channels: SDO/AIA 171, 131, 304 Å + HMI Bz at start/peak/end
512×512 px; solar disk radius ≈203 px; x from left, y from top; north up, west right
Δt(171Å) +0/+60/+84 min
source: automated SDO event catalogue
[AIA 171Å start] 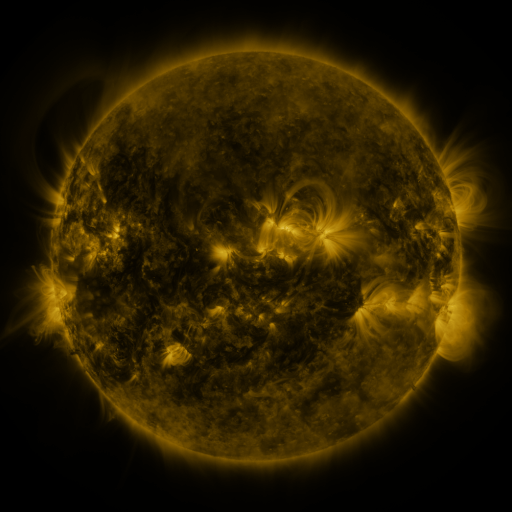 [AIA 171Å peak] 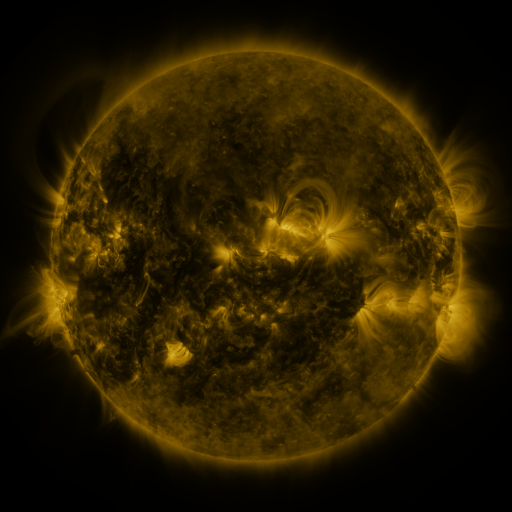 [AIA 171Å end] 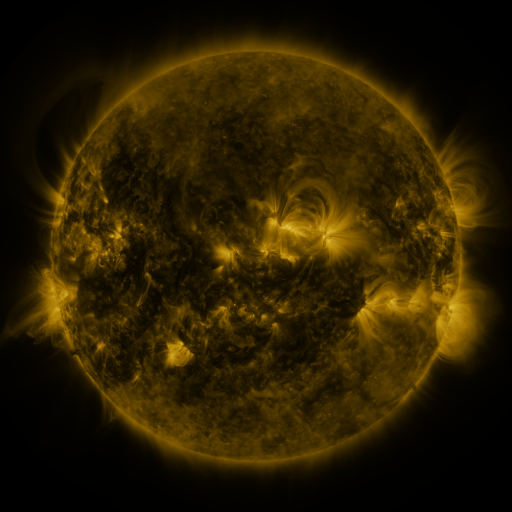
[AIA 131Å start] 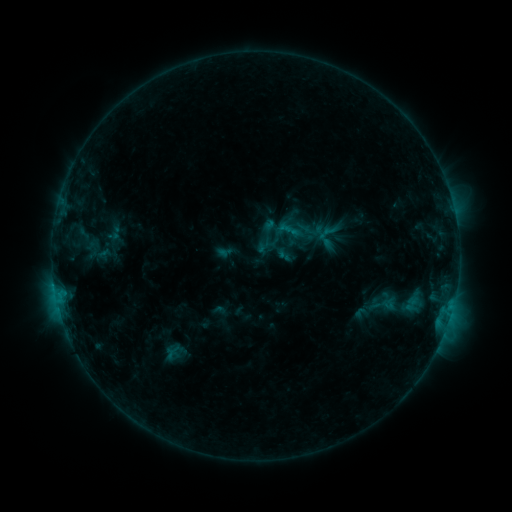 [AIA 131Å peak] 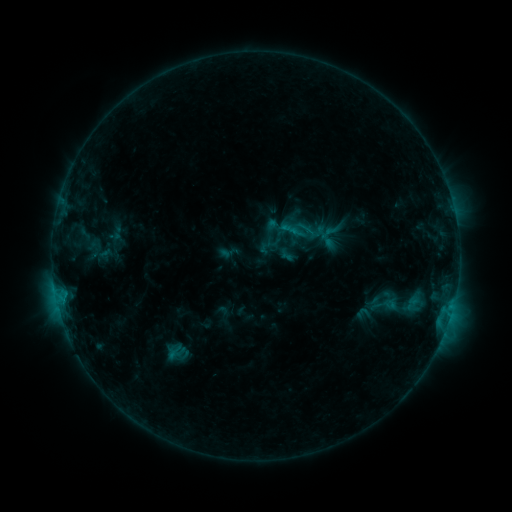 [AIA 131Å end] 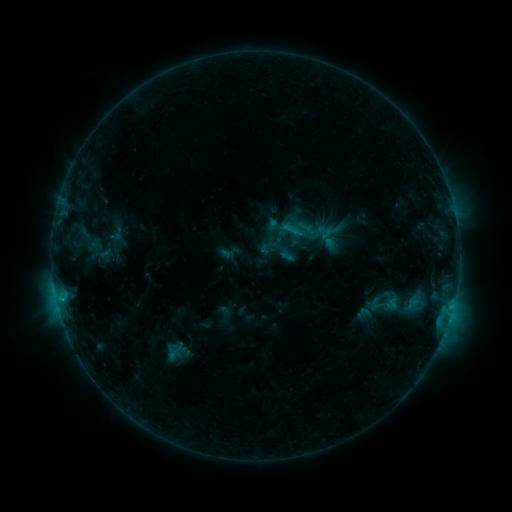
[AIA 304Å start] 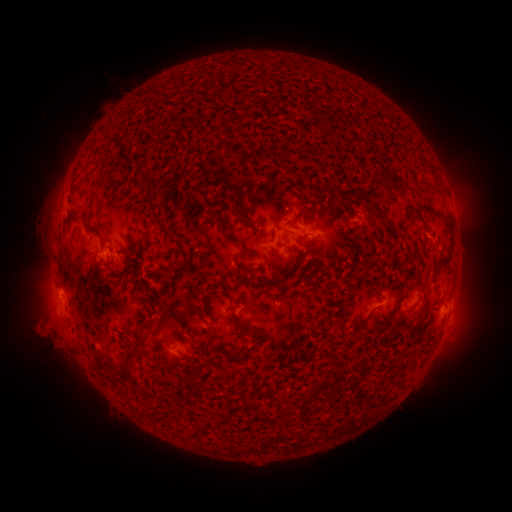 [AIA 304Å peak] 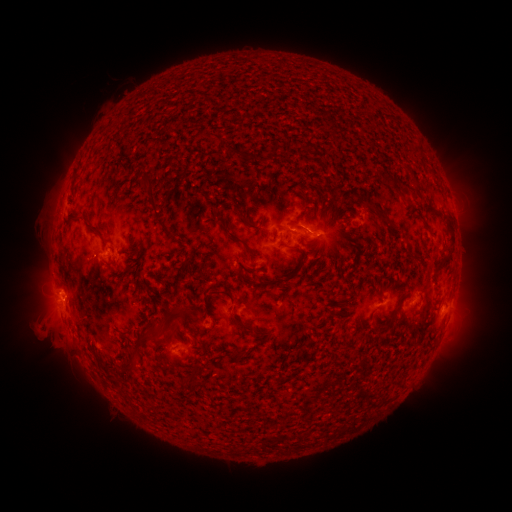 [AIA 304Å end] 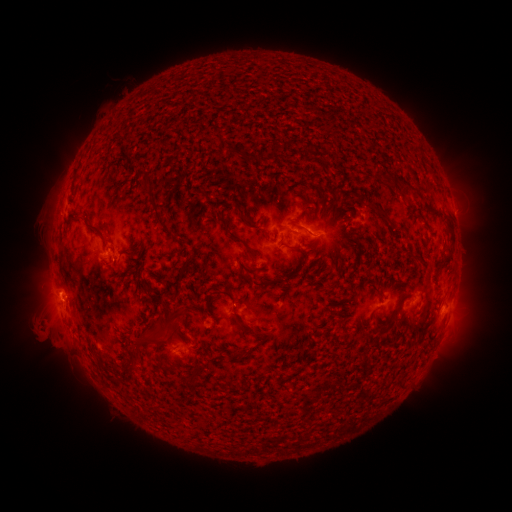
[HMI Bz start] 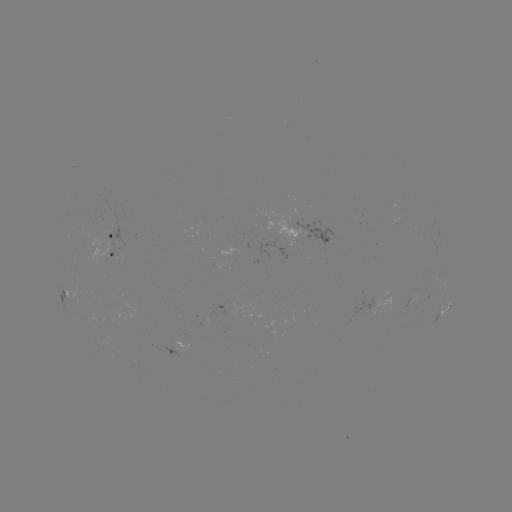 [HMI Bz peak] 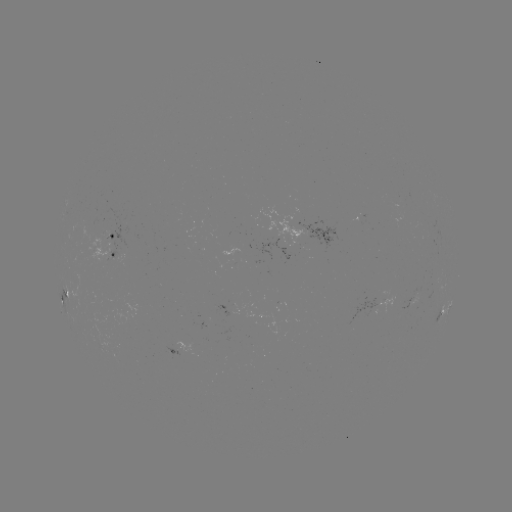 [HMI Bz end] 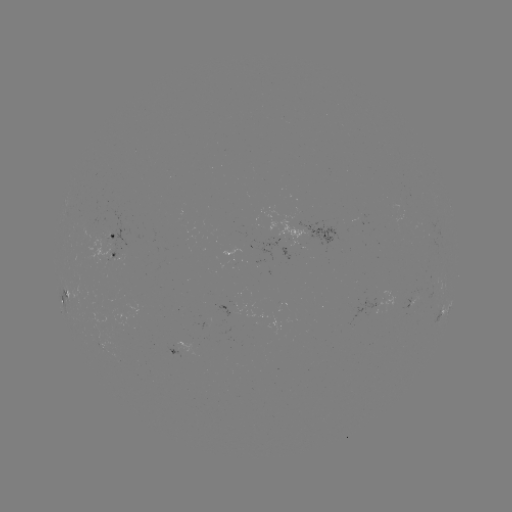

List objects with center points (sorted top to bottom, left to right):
emerging-flux region: (110, 233)
